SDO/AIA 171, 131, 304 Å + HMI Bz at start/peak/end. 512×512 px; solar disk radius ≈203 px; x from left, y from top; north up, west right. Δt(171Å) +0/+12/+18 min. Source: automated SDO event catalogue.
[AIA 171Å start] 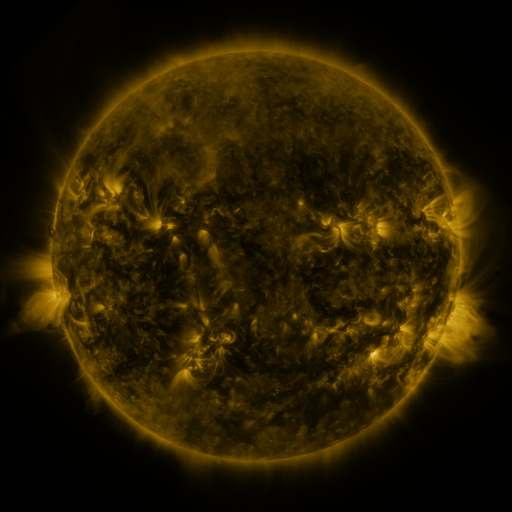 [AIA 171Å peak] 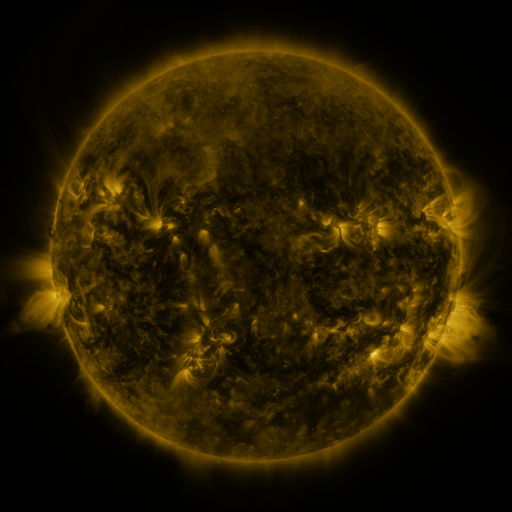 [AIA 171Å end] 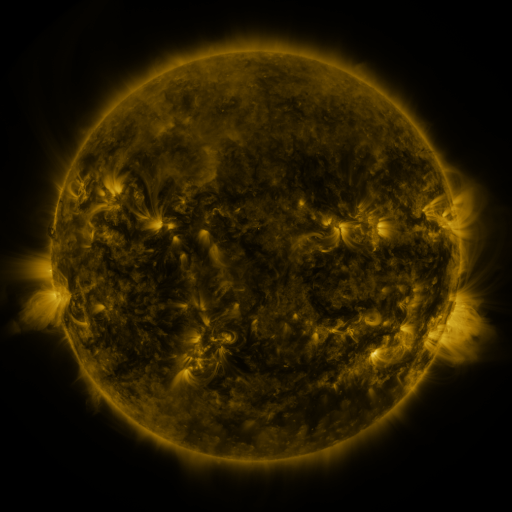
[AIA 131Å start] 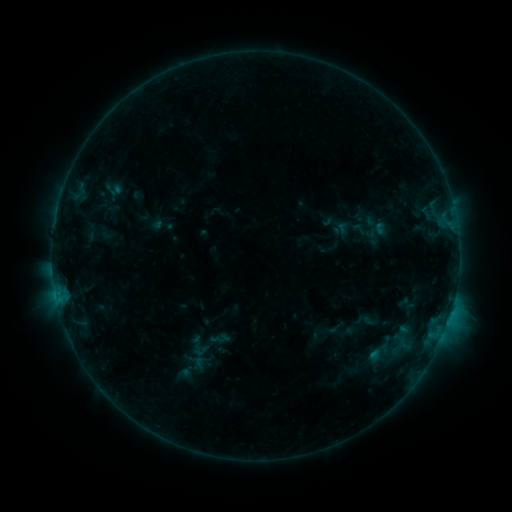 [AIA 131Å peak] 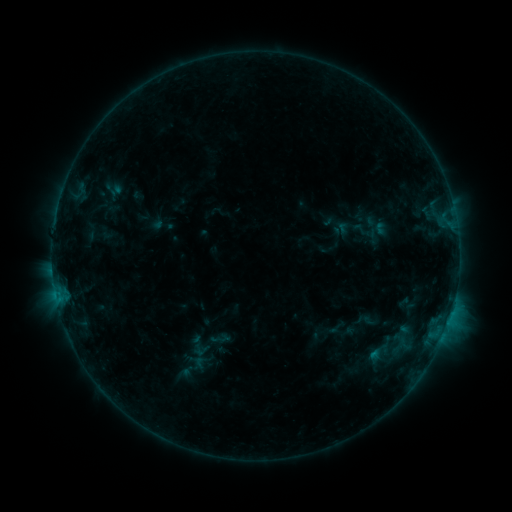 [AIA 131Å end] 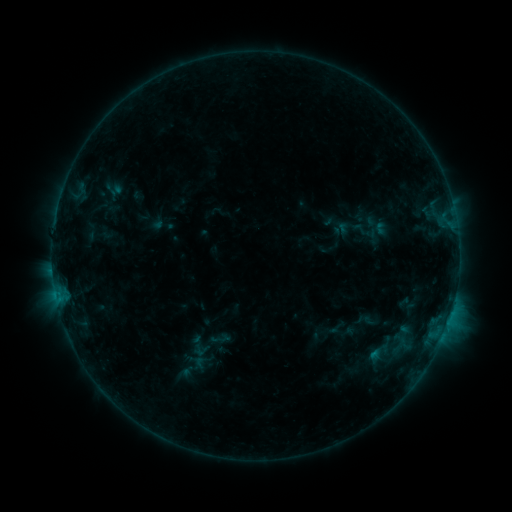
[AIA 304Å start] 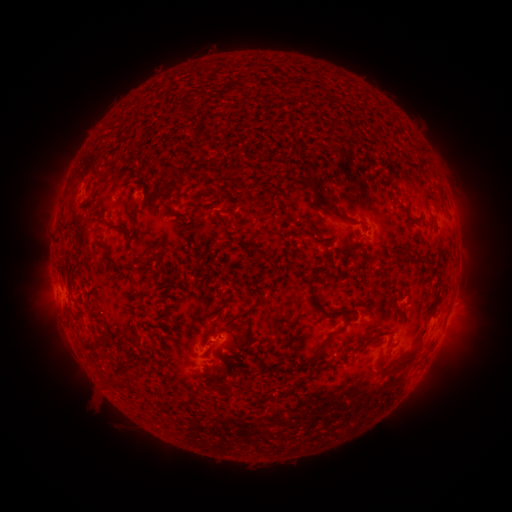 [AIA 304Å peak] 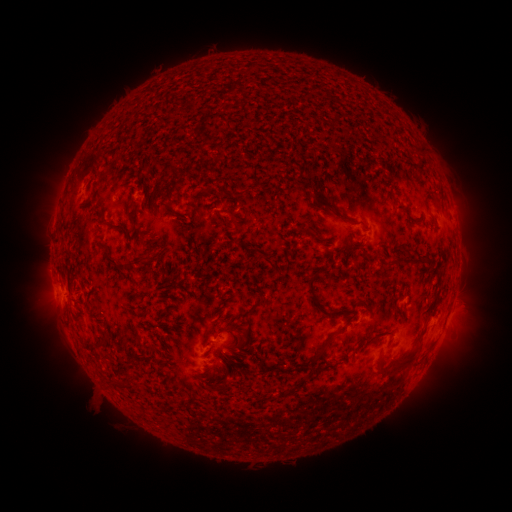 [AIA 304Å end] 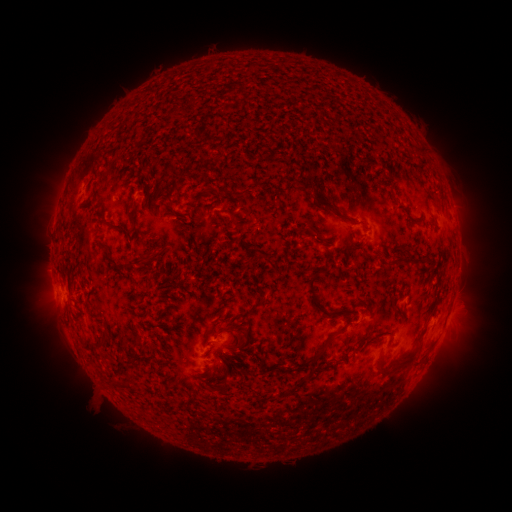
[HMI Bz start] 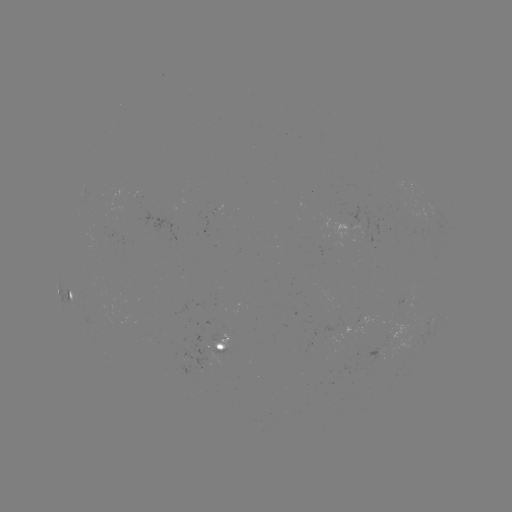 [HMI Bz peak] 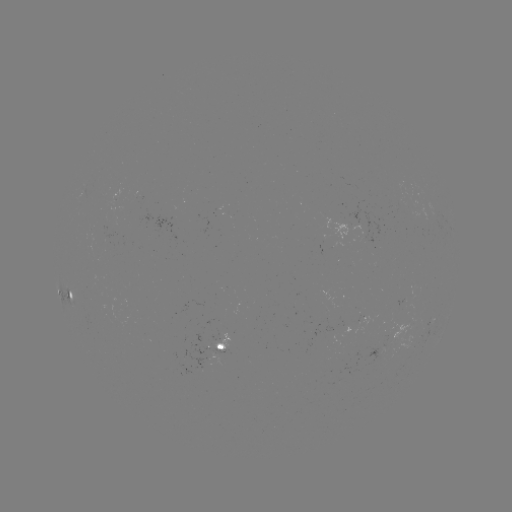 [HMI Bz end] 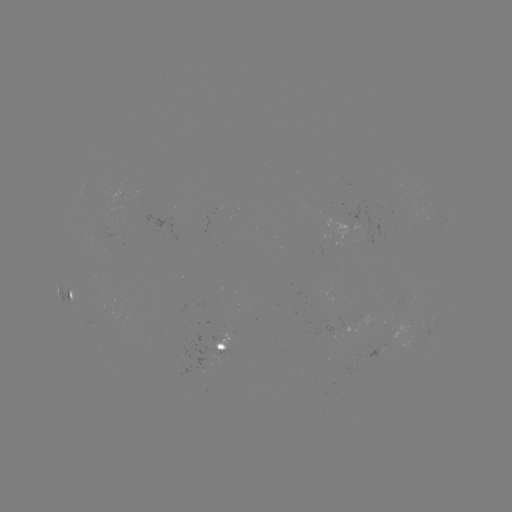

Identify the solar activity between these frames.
nothing was catalogued: no classed flare, no EUV trigger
